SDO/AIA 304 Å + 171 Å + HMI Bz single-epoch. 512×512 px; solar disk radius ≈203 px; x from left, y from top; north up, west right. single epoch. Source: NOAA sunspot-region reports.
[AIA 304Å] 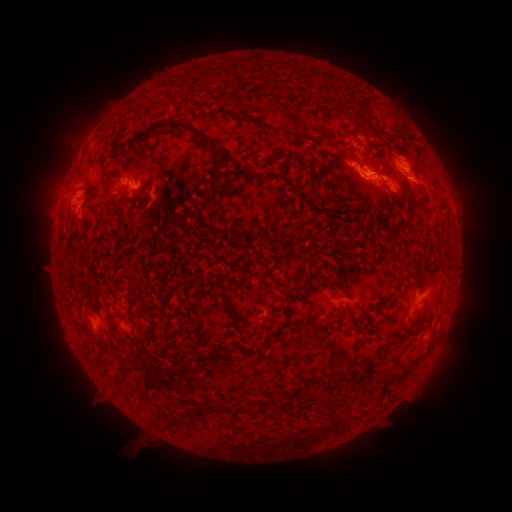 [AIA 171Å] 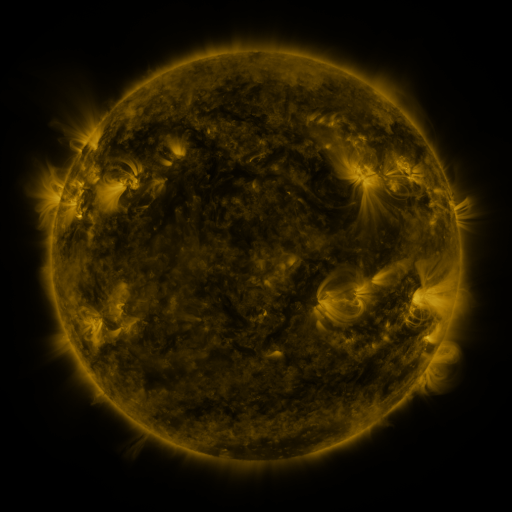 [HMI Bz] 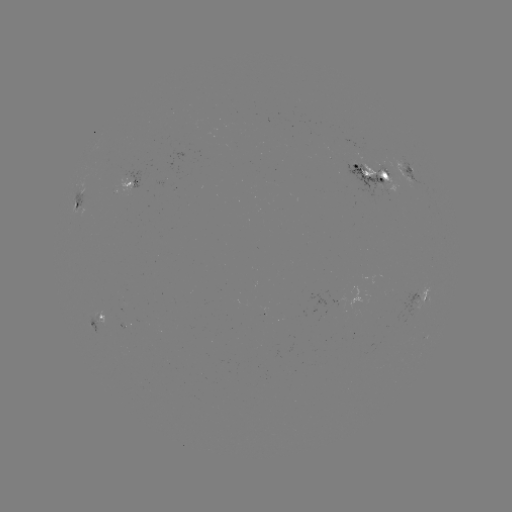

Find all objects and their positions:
spotted active region: (410, 172)
spotted active region: (375, 174)
spotted active region: (129, 181)
spotted active region: (78, 202)
spotted active region: (426, 295)
spotted active region: (95, 319)
